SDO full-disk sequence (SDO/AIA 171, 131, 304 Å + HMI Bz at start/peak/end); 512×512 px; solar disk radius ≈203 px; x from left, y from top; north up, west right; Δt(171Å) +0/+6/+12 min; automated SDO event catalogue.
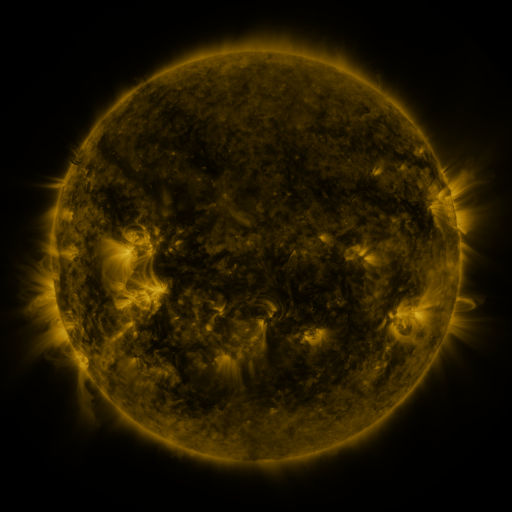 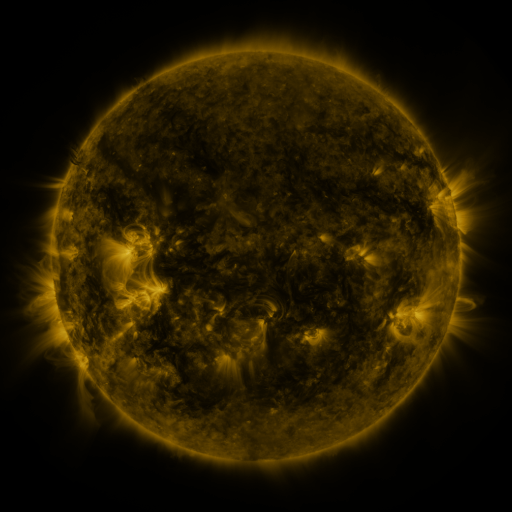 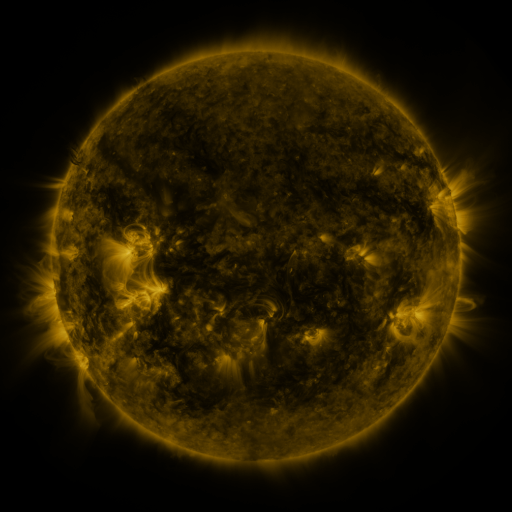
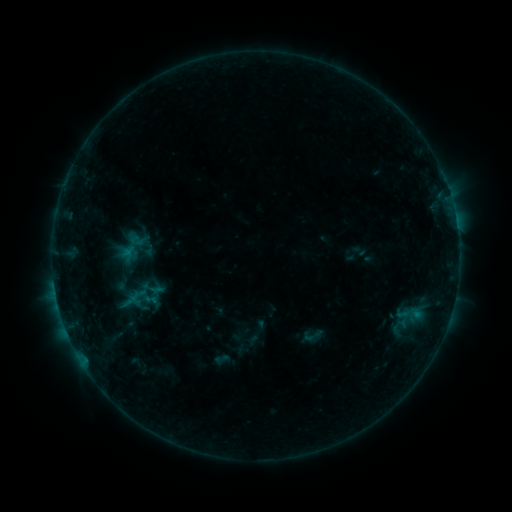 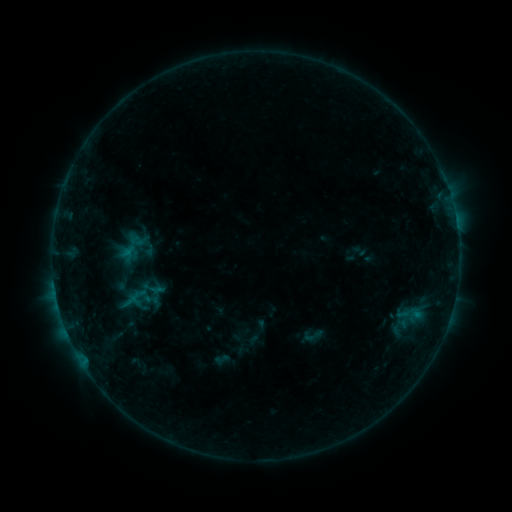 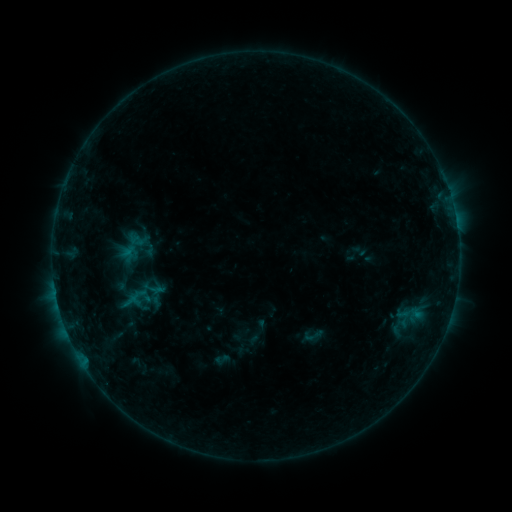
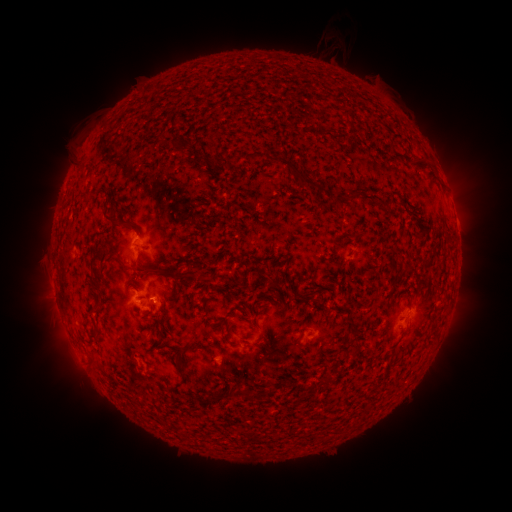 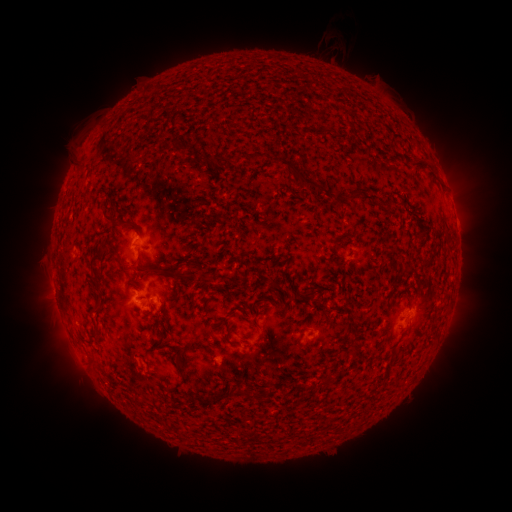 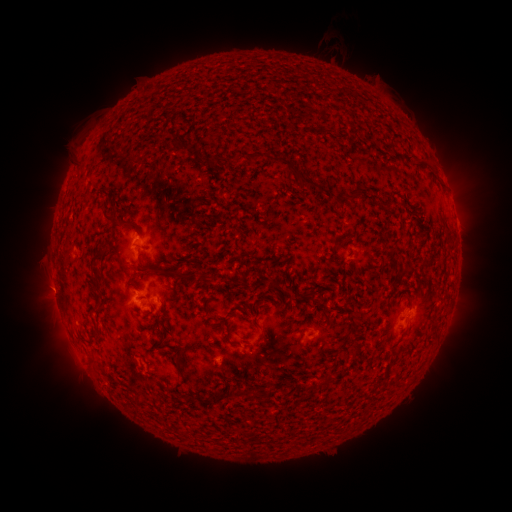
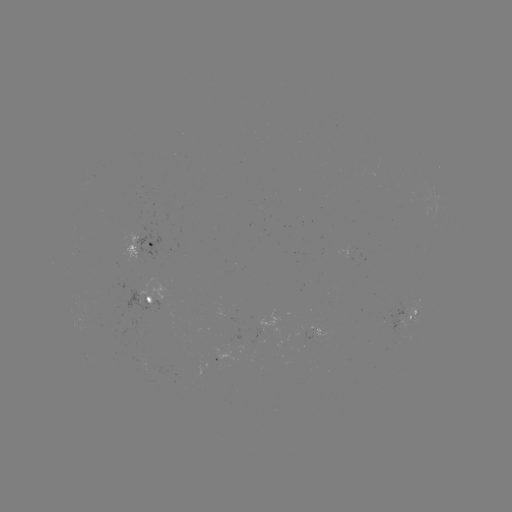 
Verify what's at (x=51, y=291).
eruption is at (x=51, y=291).